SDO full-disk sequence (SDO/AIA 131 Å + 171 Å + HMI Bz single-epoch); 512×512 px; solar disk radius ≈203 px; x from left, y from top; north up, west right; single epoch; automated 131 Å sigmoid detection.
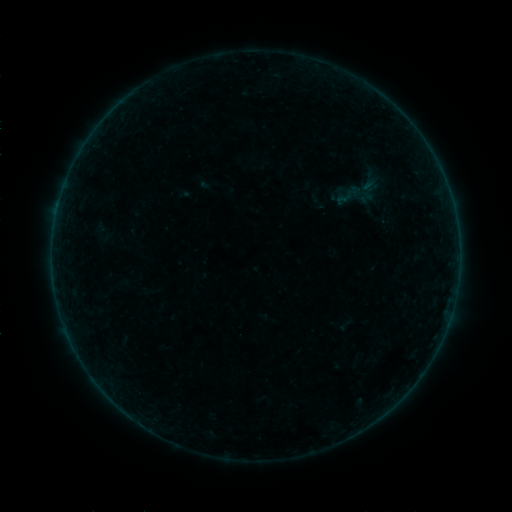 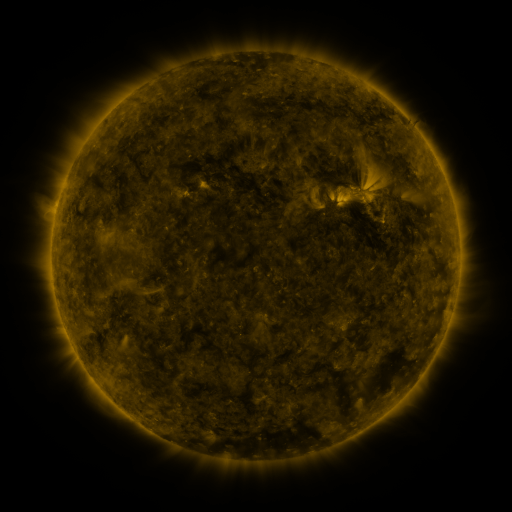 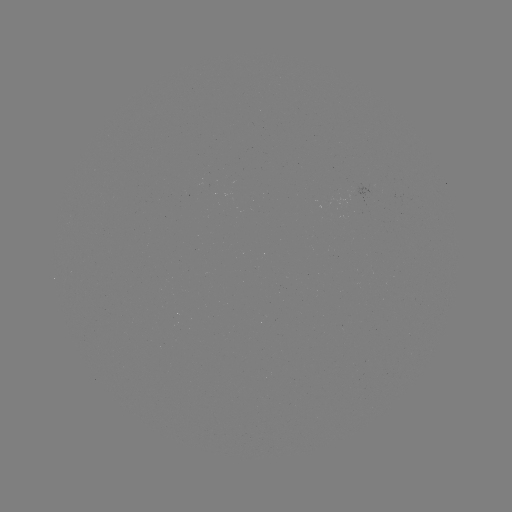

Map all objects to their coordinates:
sigmoid: (353, 170, 383, 194)
